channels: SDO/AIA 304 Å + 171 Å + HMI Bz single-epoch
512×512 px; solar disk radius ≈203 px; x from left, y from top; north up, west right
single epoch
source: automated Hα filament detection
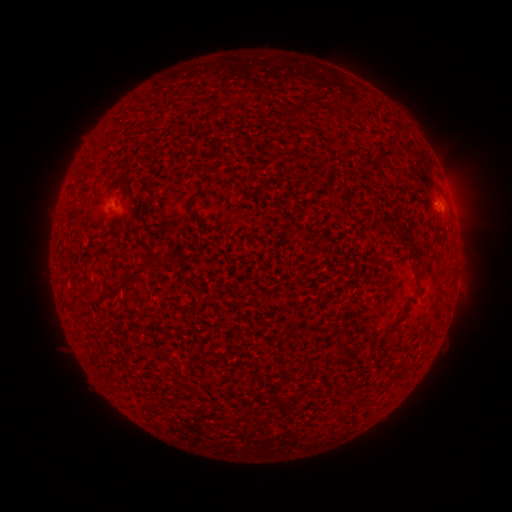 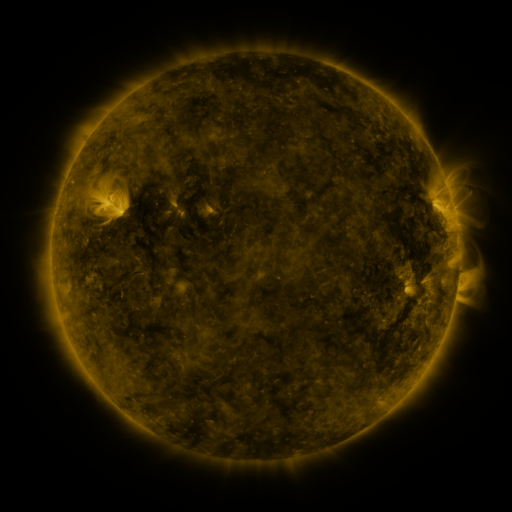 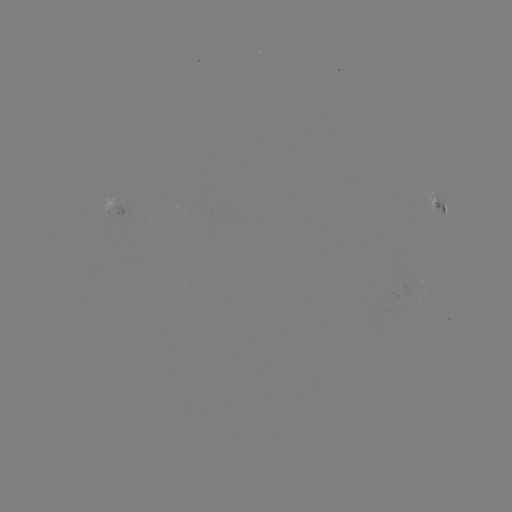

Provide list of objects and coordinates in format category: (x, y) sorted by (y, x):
filament: (226, 109)
filament: (90, 215)
filament: (378, 231)
filament: (151, 263)
filament: (416, 274)
filament: (129, 281)
filament: (390, 330)
